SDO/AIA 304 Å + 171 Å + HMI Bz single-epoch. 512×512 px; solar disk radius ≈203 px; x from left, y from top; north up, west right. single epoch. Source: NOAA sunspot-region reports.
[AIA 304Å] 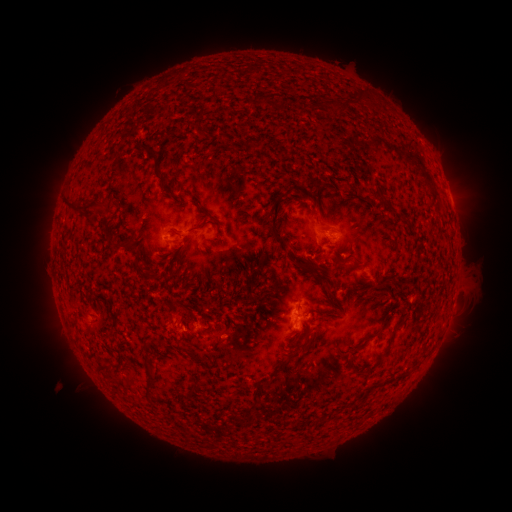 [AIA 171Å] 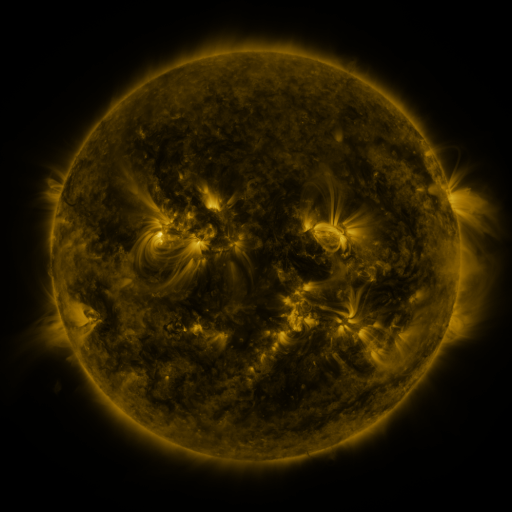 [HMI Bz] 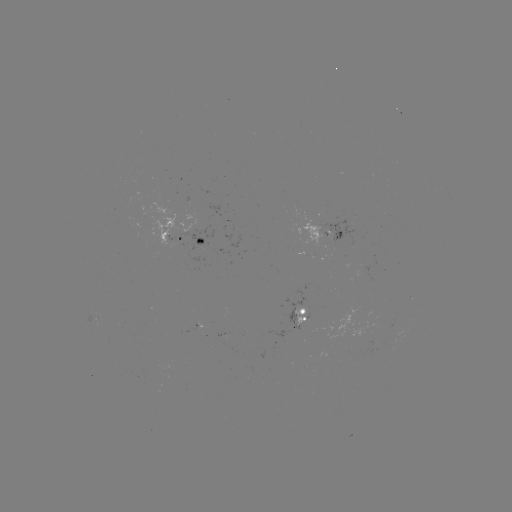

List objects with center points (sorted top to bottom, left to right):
spotted active region: (324, 233)
spotted active region: (190, 241)
spotted active region: (301, 319)
